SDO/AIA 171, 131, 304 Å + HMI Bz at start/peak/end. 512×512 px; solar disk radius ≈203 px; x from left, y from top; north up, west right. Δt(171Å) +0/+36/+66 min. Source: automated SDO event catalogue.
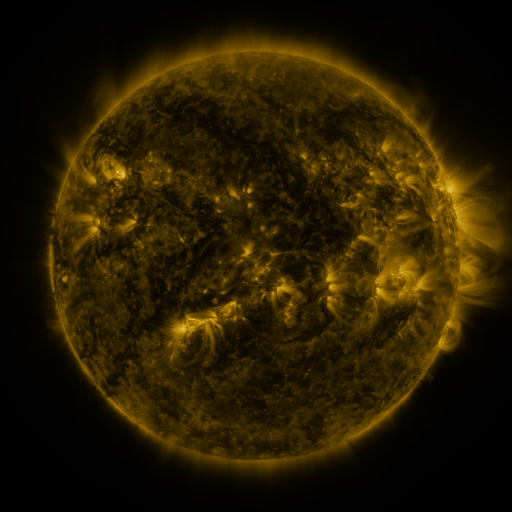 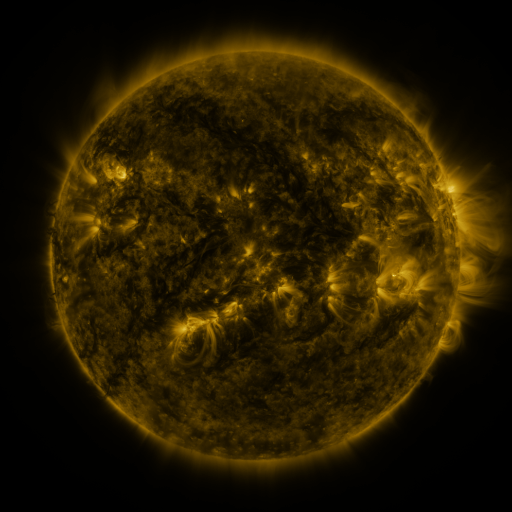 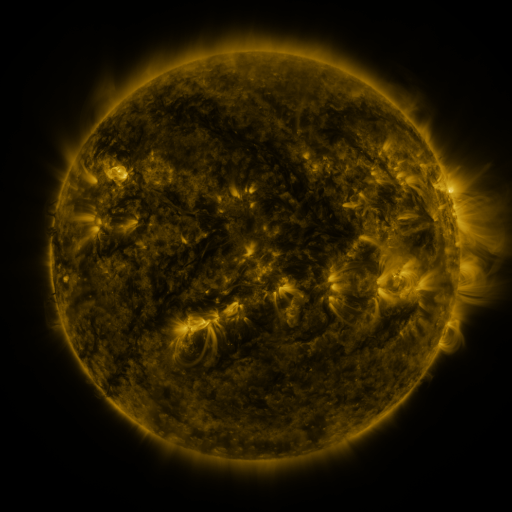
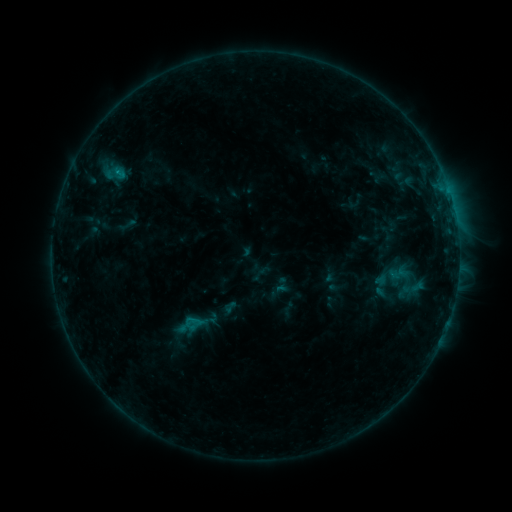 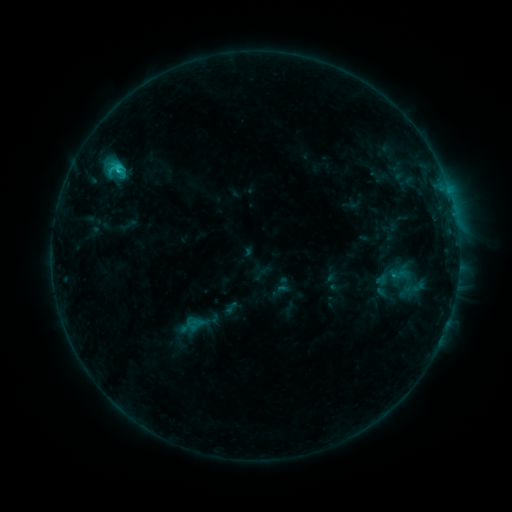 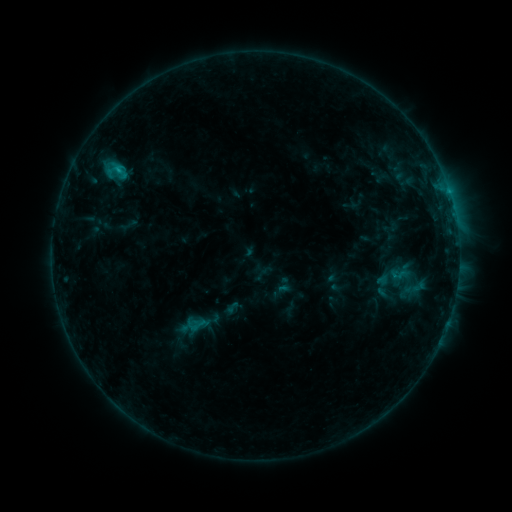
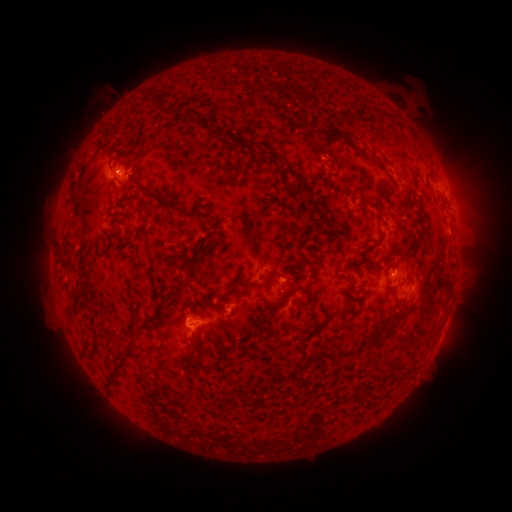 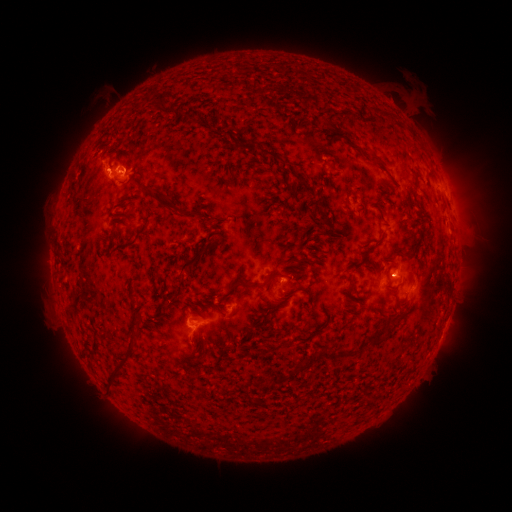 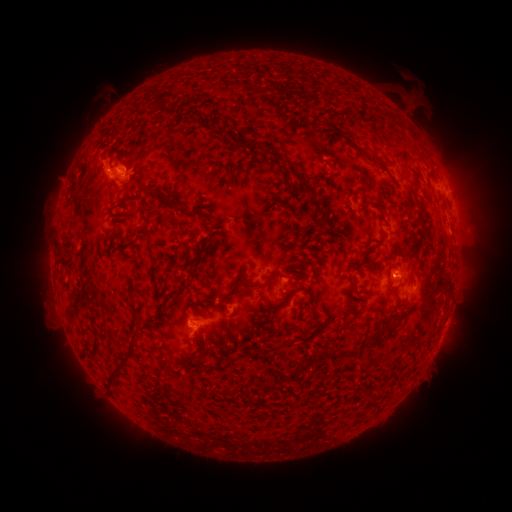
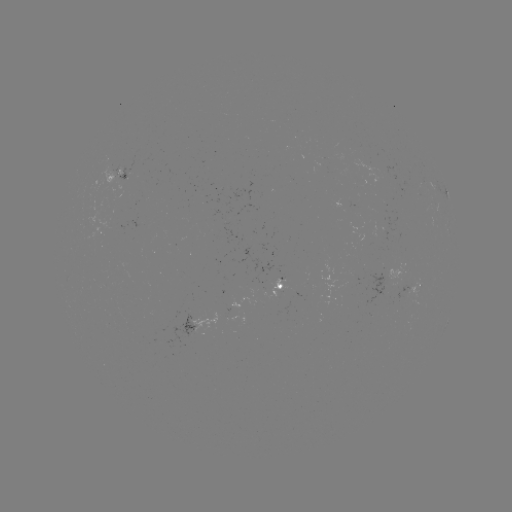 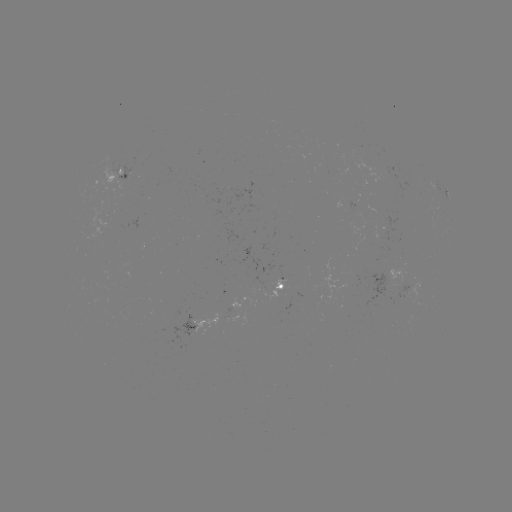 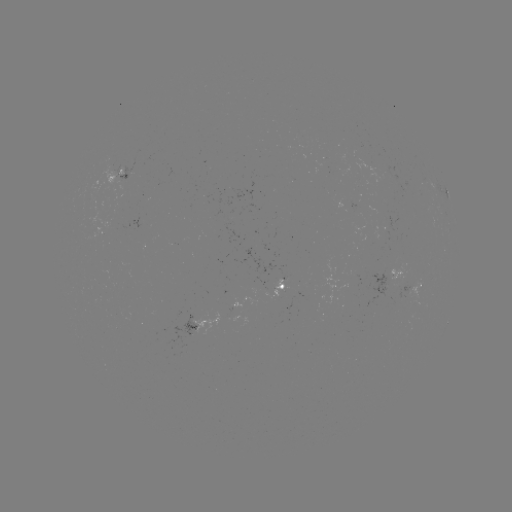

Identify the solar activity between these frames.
C1.4 flare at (119, 168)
